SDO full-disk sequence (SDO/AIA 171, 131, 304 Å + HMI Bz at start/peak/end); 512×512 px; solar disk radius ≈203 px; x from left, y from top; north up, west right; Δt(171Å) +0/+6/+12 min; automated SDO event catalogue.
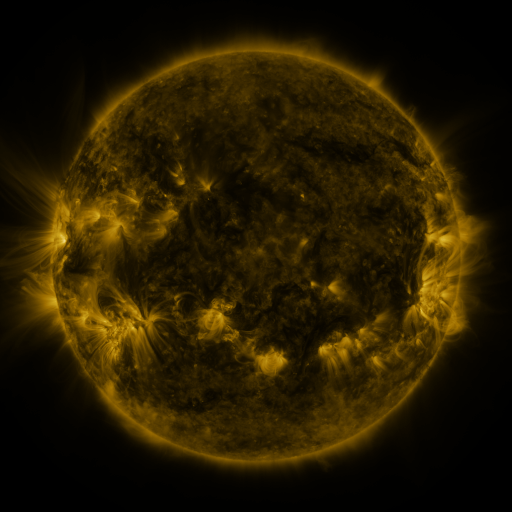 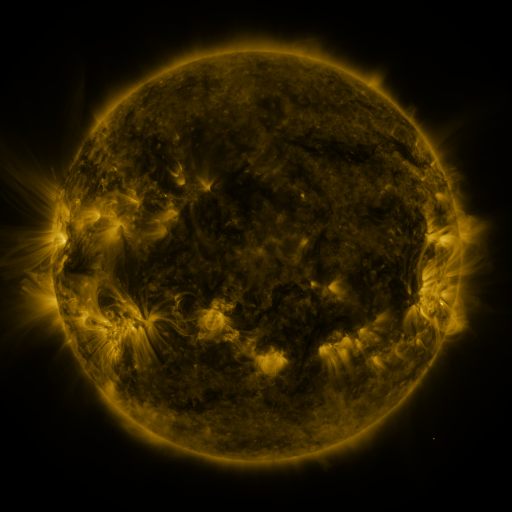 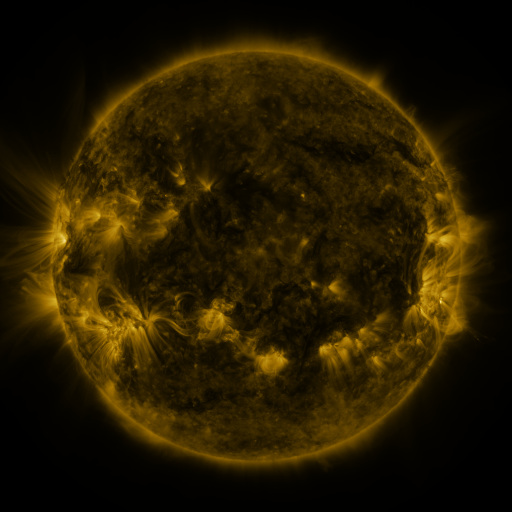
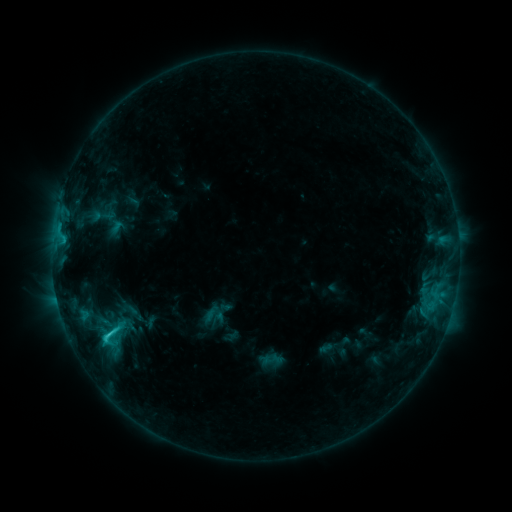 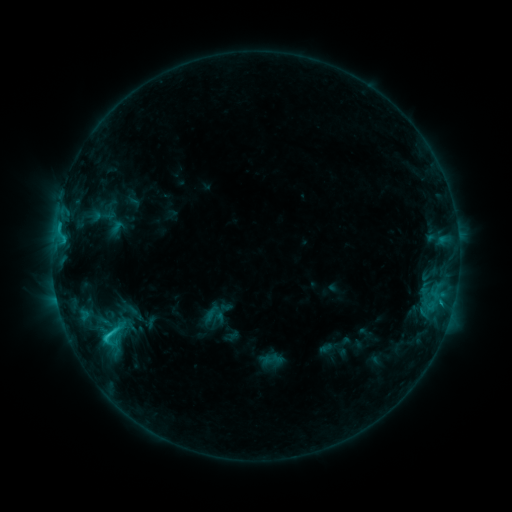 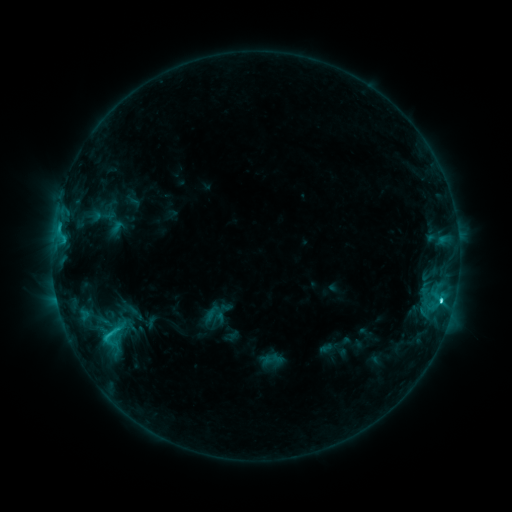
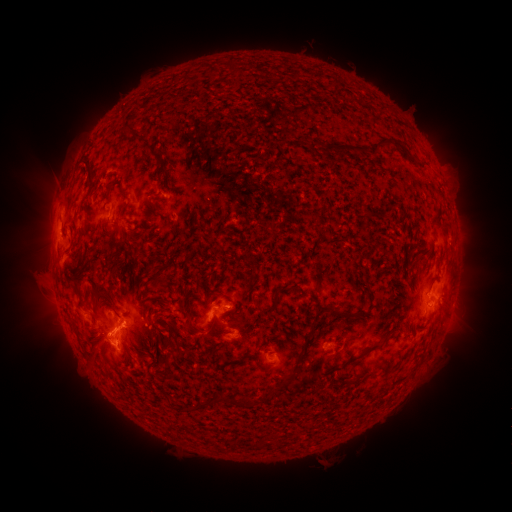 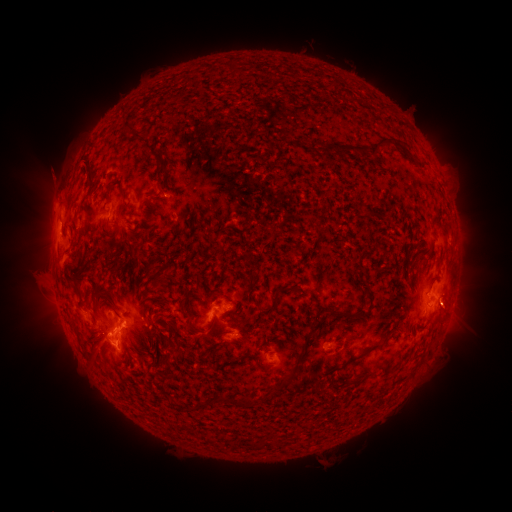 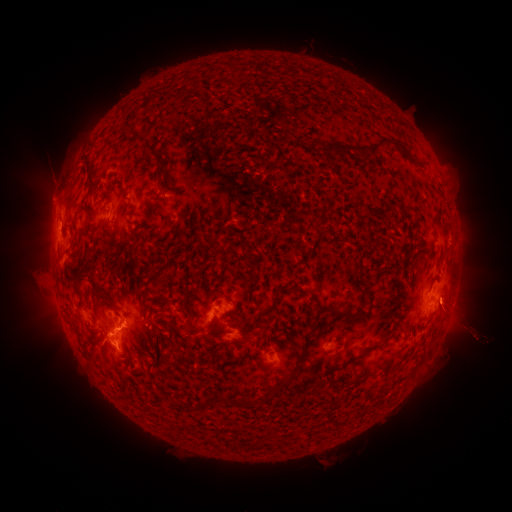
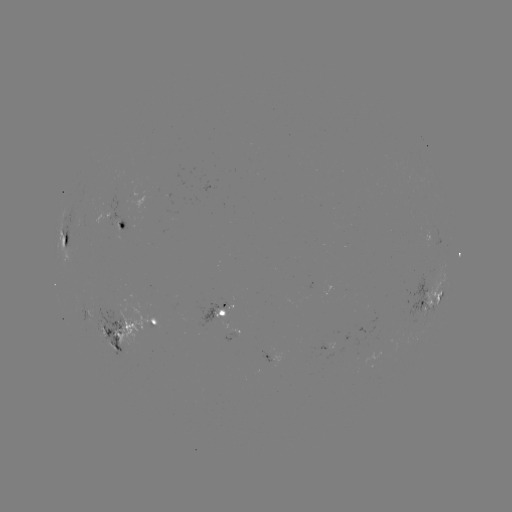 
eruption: [372, 202, 511, 409]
